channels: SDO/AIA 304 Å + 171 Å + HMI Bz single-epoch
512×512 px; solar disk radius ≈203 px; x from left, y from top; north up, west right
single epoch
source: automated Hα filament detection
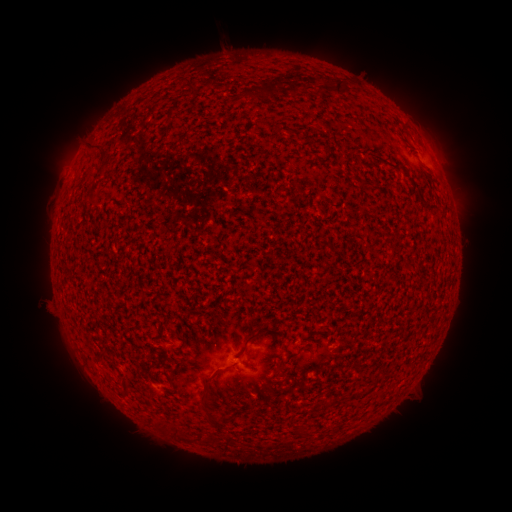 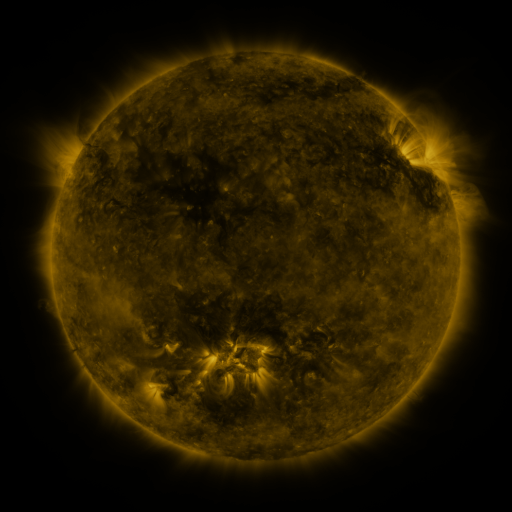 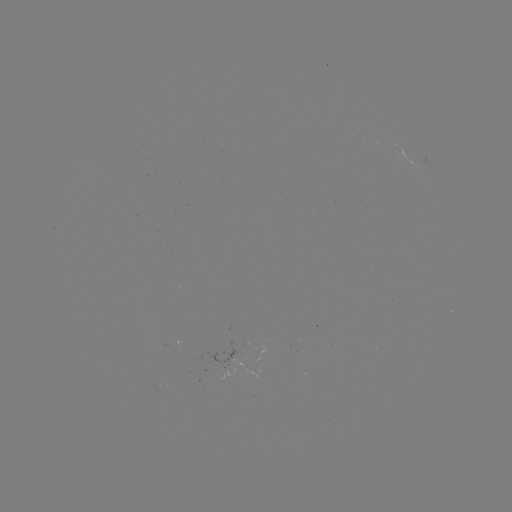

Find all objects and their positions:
filament: (335, 80, 347, 97)
filament: (266, 84, 279, 95)
filament: (293, 88, 302, 98)
filament: (241, 327, 272, 346)
filament: (200, 374, 209, 387)
filament: (120, 376, 127, 388)
